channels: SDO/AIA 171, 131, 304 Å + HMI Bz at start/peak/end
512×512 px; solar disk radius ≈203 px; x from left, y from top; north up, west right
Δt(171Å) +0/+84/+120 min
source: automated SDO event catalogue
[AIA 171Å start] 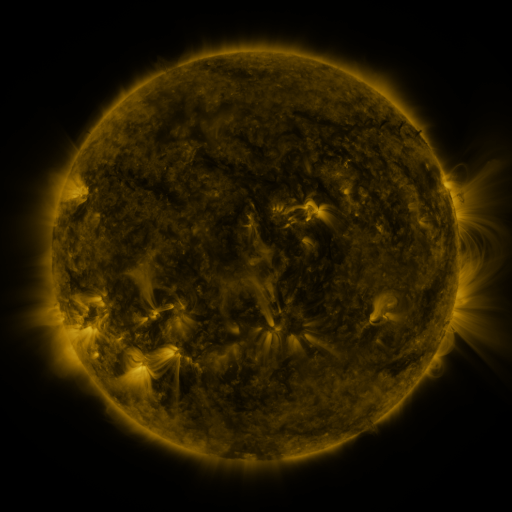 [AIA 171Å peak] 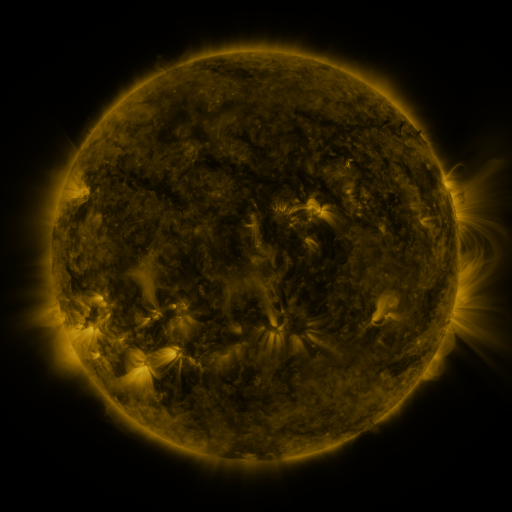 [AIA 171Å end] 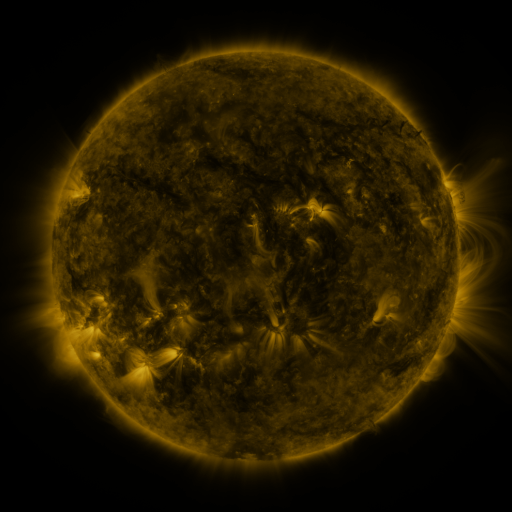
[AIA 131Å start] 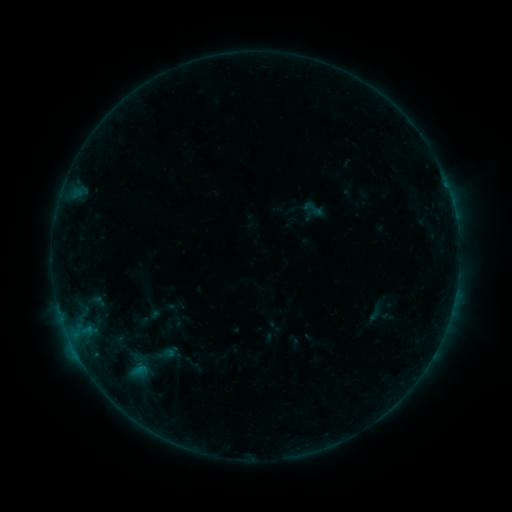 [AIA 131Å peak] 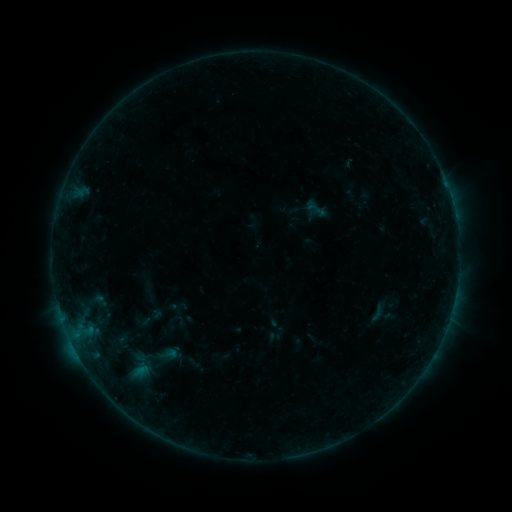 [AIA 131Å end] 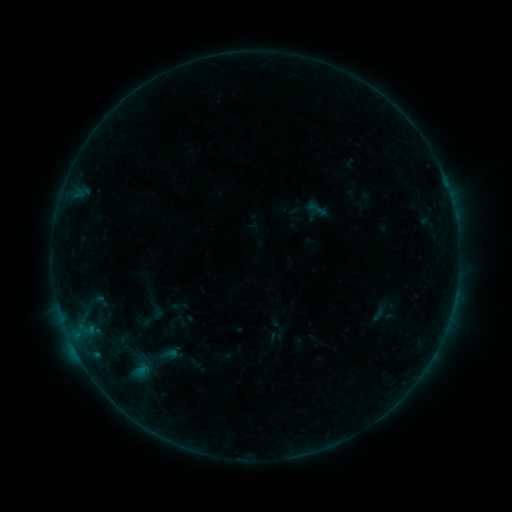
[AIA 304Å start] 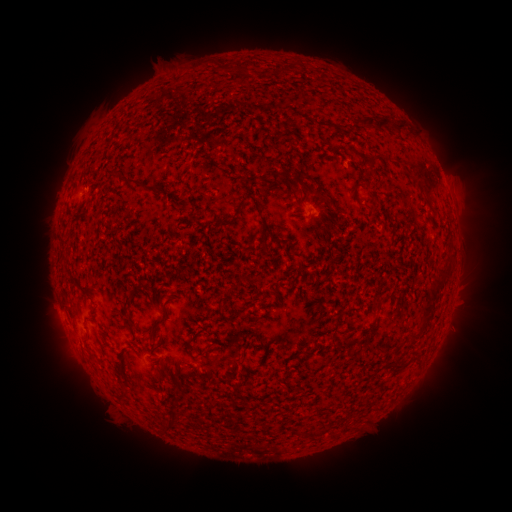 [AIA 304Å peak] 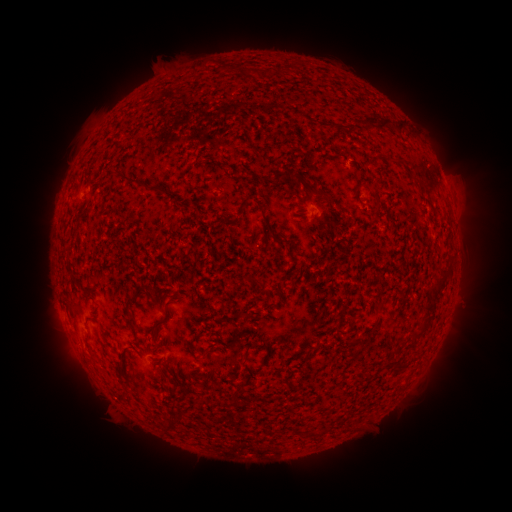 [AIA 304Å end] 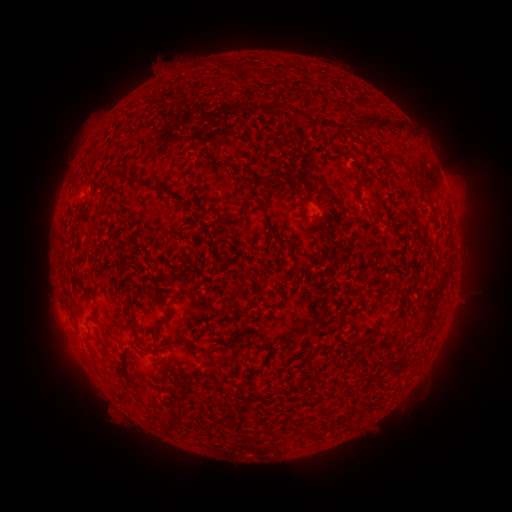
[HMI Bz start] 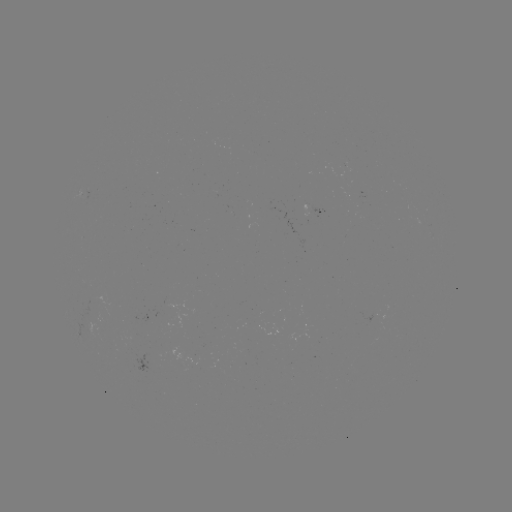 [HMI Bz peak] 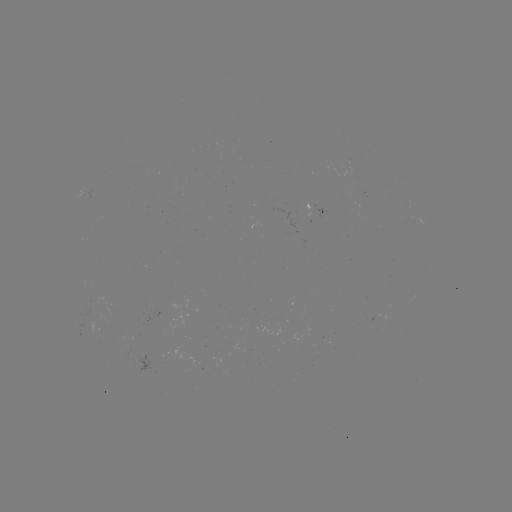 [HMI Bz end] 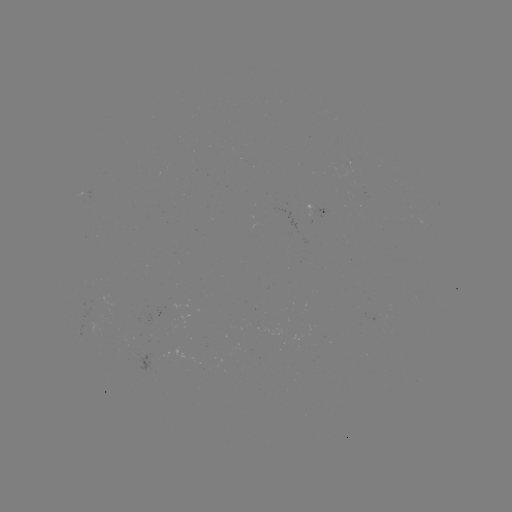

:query emerging-flux region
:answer (190, 369)